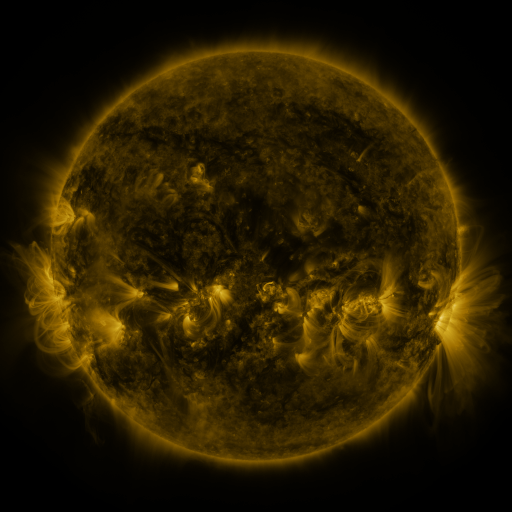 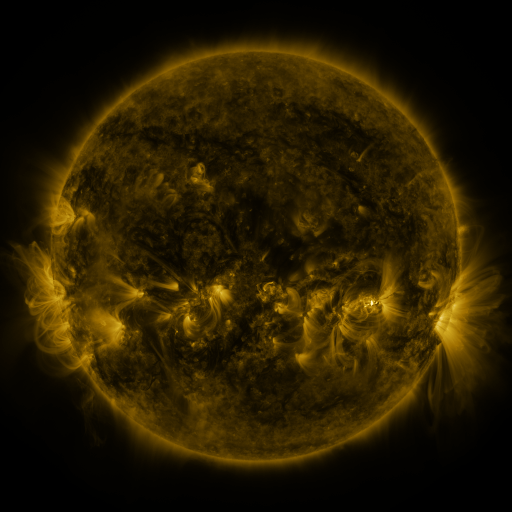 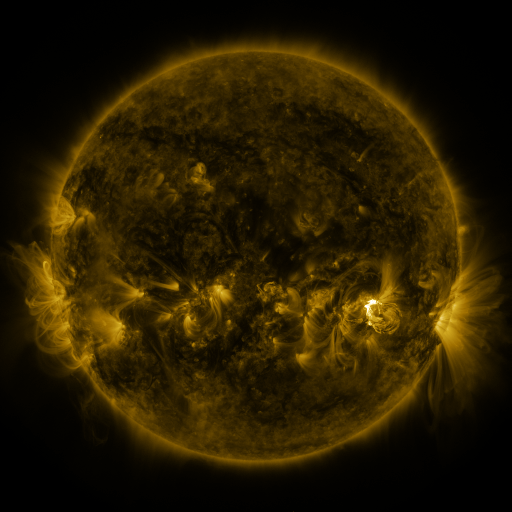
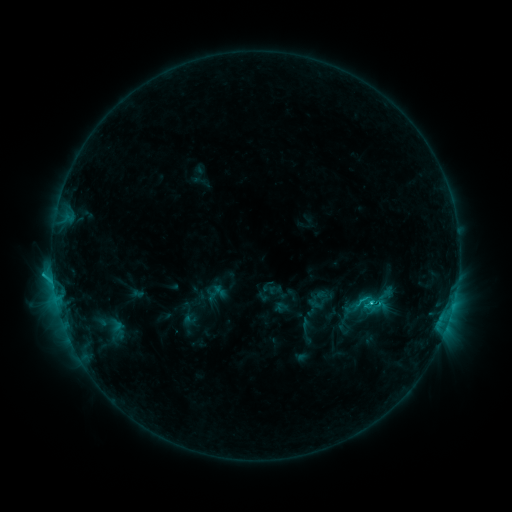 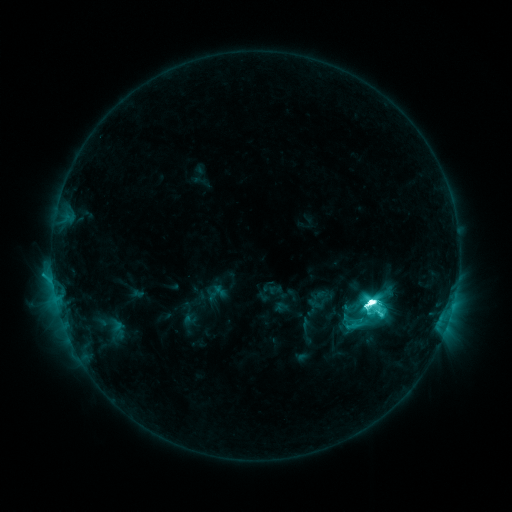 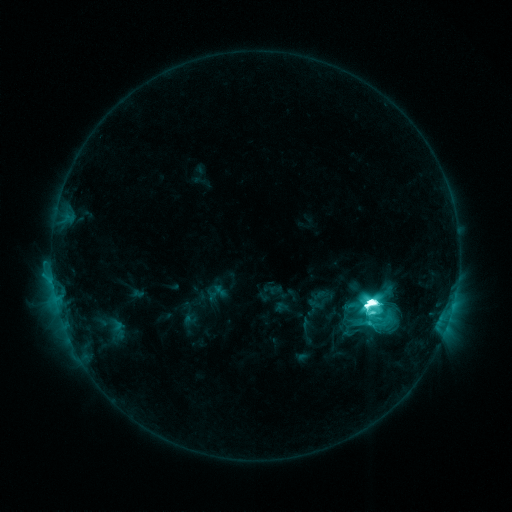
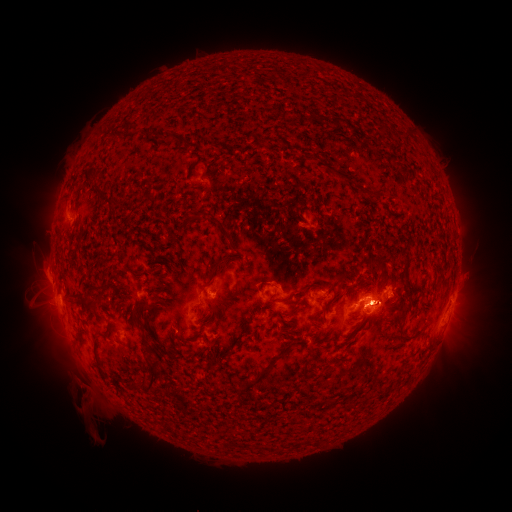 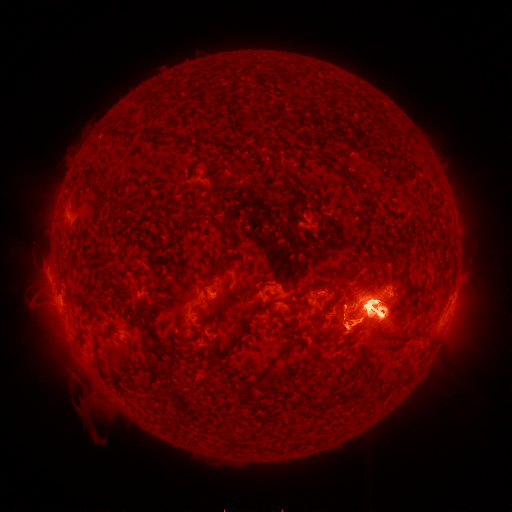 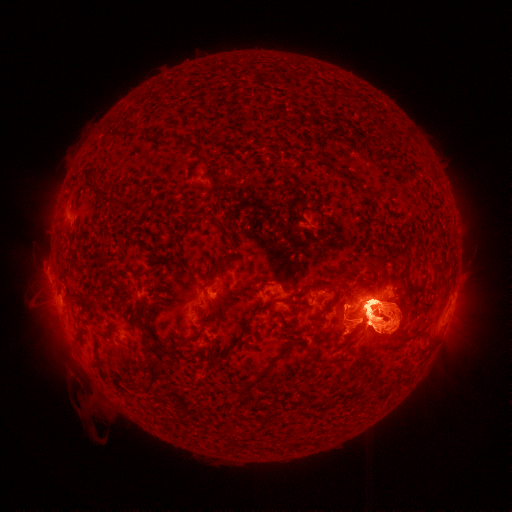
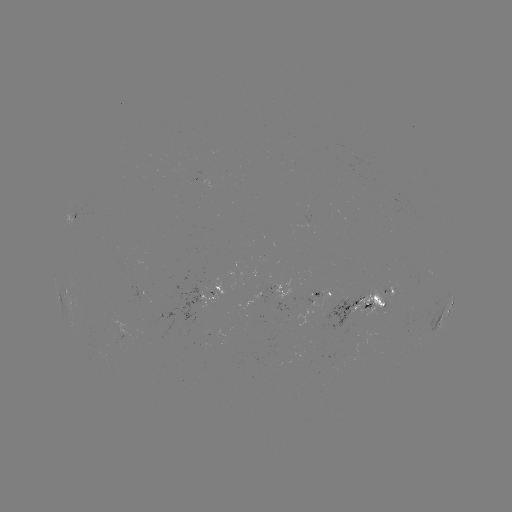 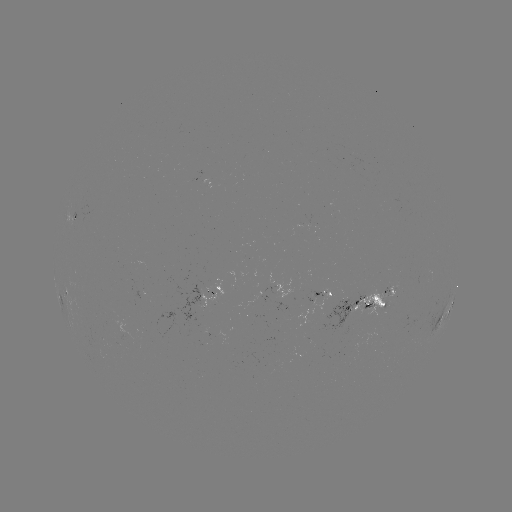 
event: eruption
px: (384, 438)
